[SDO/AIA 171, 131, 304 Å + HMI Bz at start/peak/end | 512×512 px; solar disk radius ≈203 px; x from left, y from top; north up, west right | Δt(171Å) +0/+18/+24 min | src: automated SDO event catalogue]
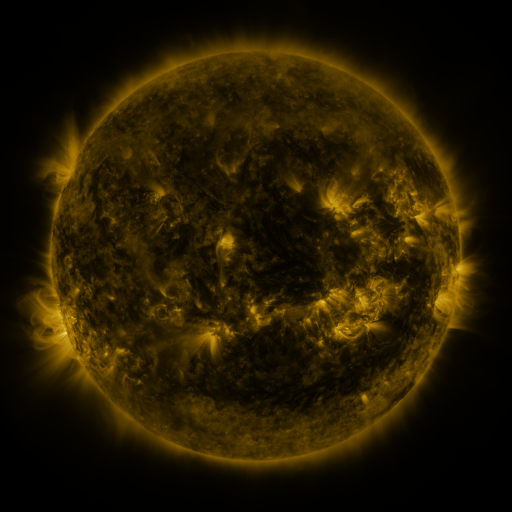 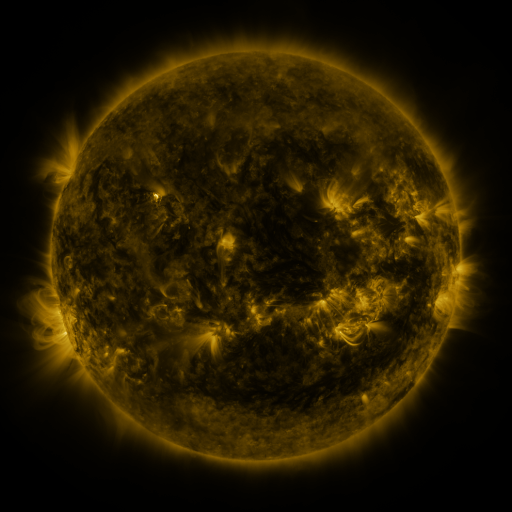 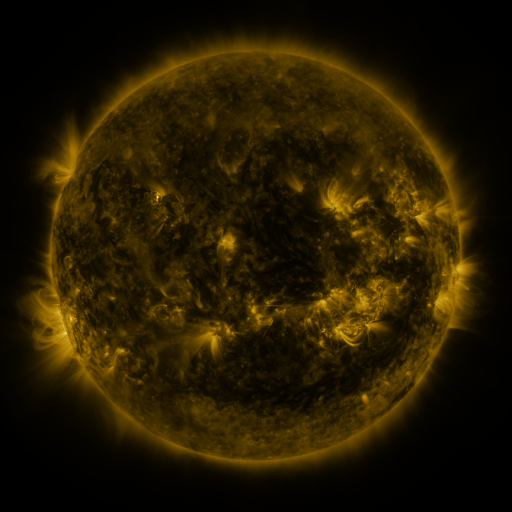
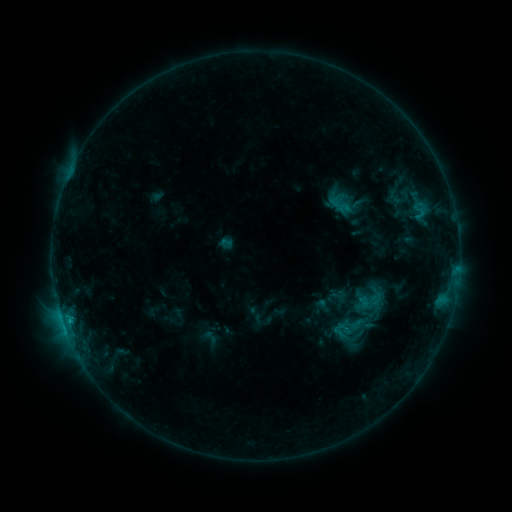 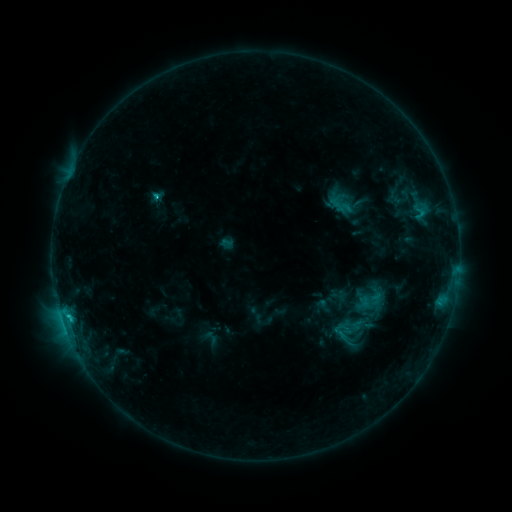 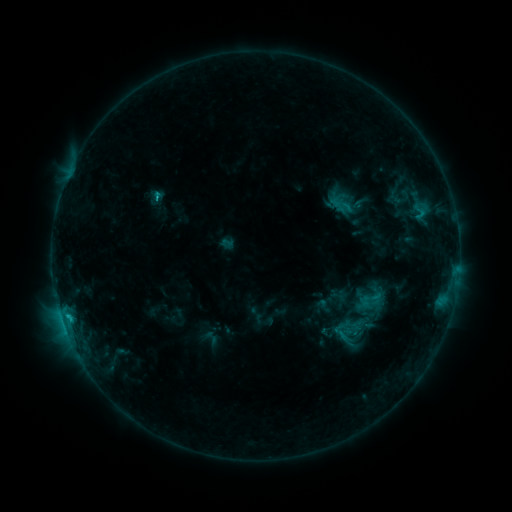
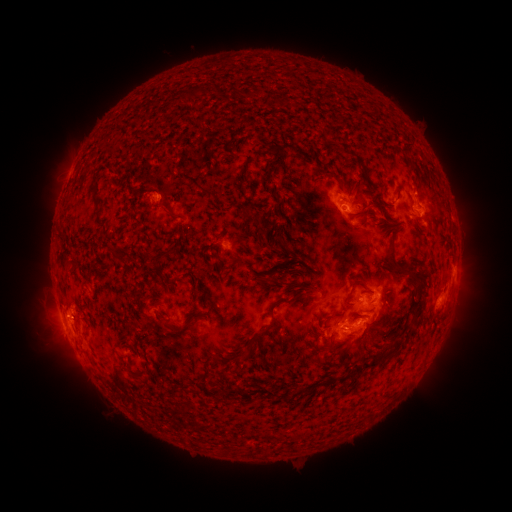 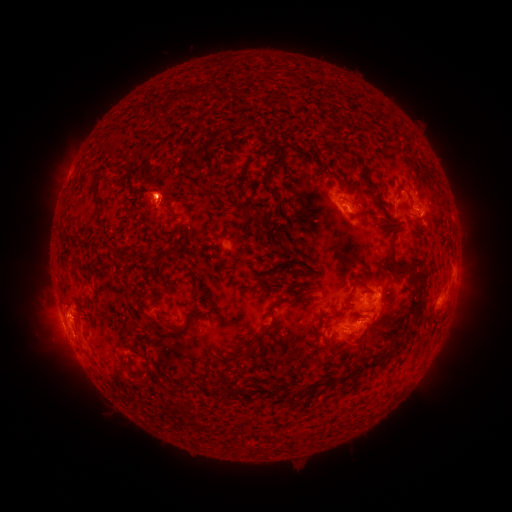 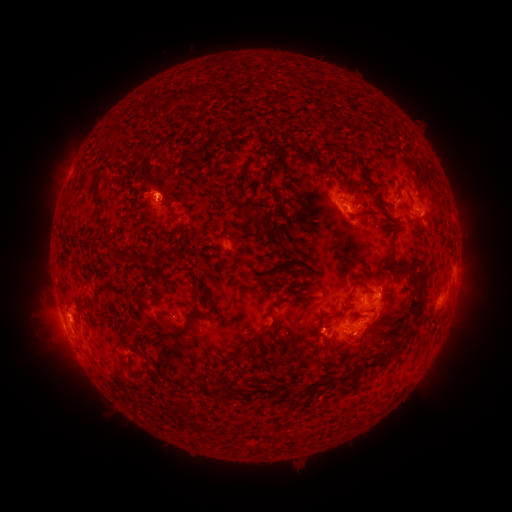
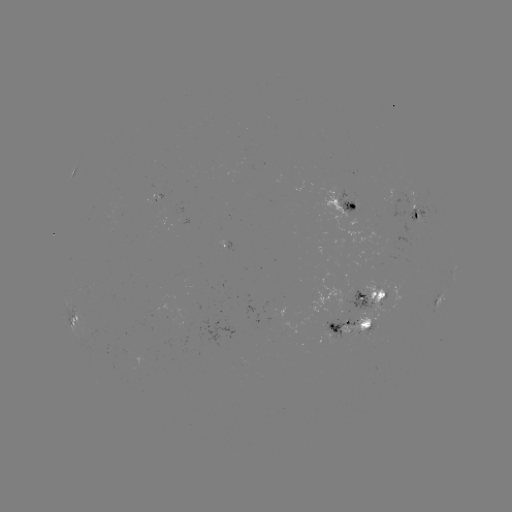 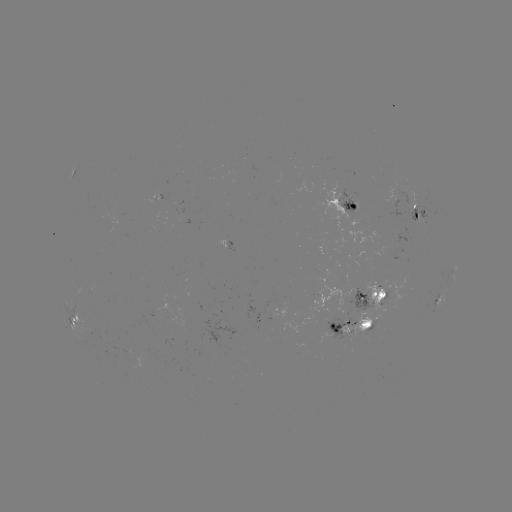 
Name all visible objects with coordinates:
C2.1 flare: (68, 315)
